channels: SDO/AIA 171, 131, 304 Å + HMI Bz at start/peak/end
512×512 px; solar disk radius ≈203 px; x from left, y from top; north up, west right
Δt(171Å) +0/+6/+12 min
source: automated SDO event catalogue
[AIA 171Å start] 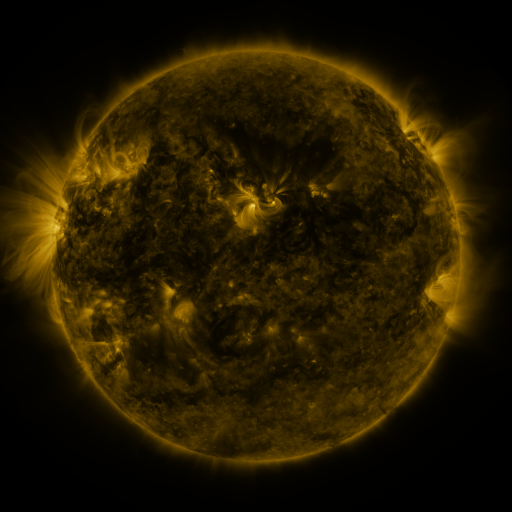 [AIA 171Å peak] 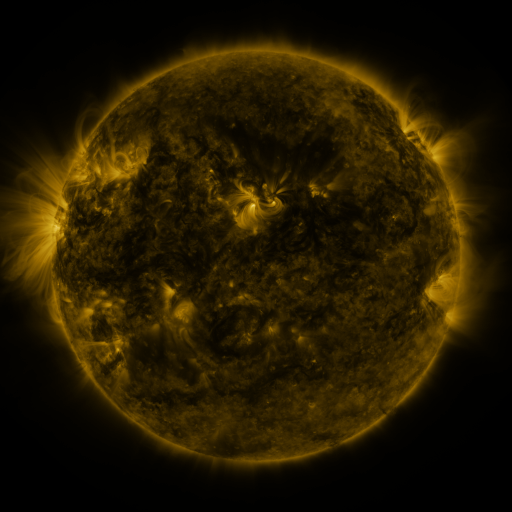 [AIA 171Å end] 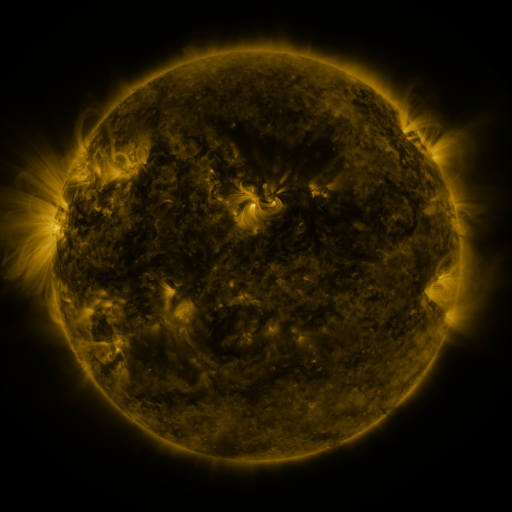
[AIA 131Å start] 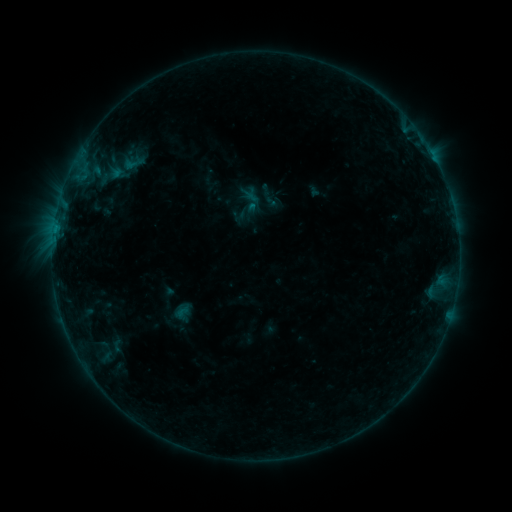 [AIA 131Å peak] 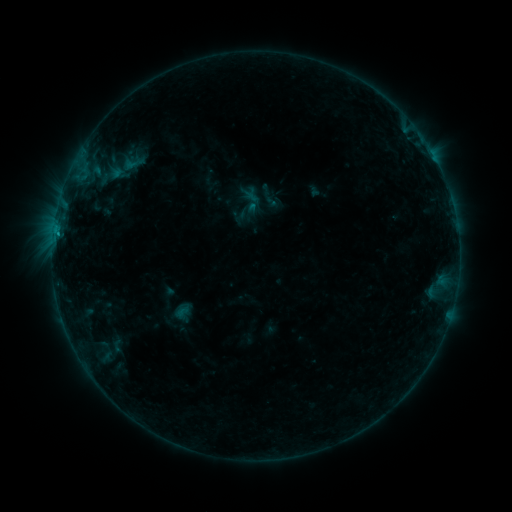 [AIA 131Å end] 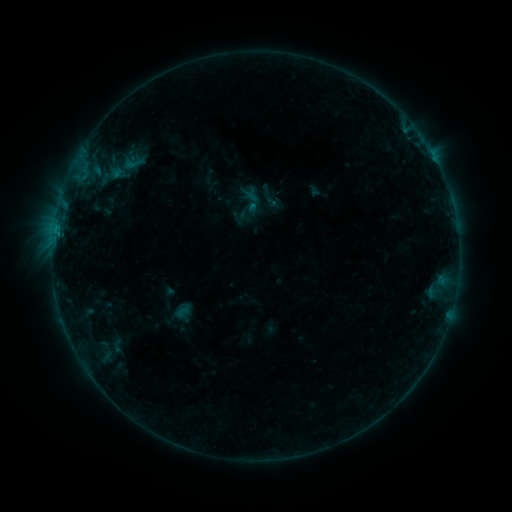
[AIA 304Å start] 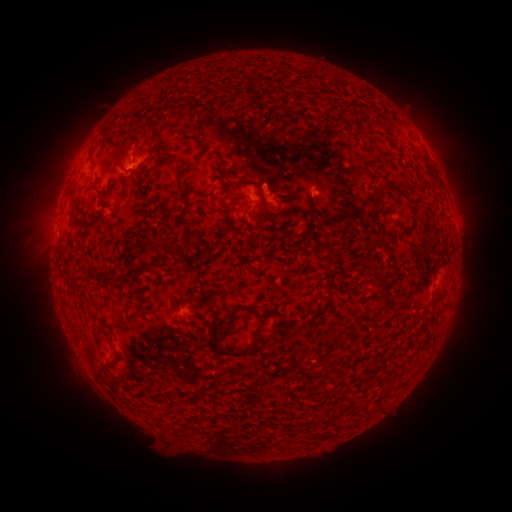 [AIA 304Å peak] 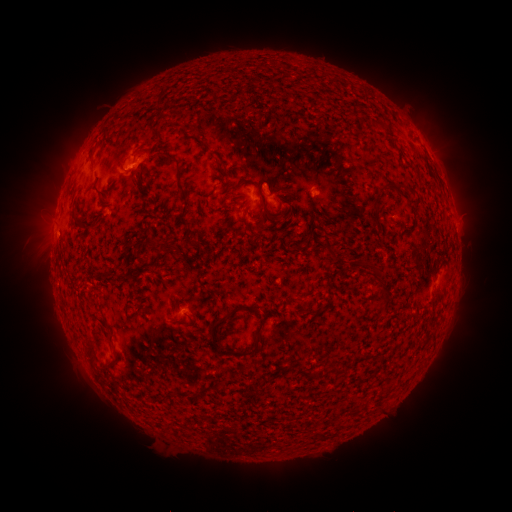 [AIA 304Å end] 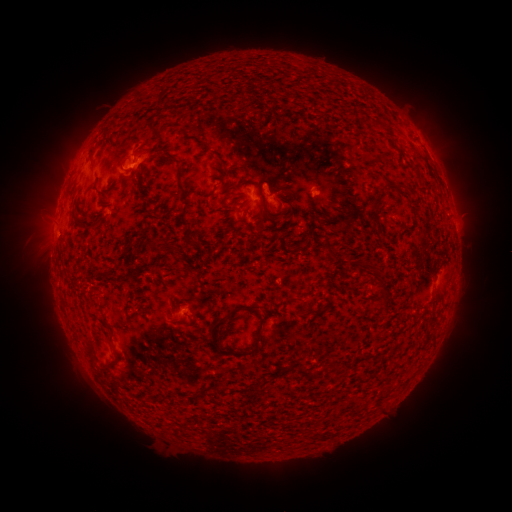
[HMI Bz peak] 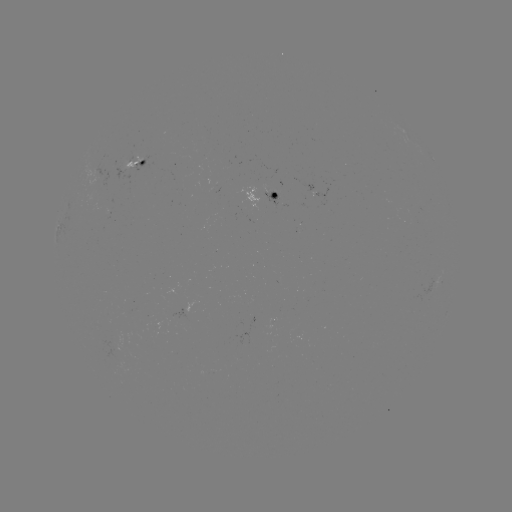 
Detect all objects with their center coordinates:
B4.7 flare: (57, 234)
